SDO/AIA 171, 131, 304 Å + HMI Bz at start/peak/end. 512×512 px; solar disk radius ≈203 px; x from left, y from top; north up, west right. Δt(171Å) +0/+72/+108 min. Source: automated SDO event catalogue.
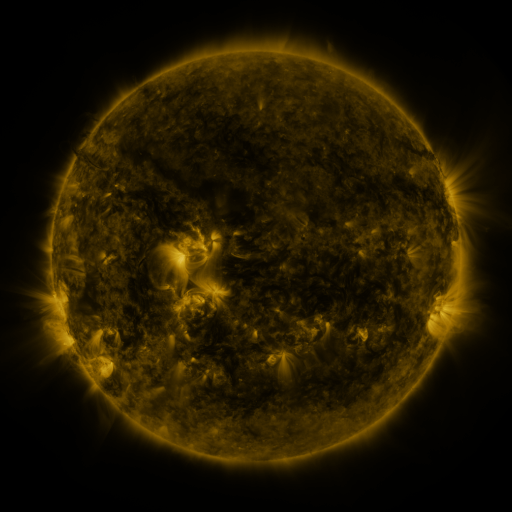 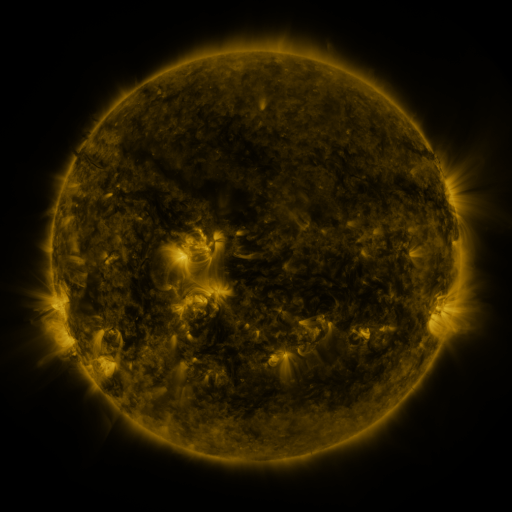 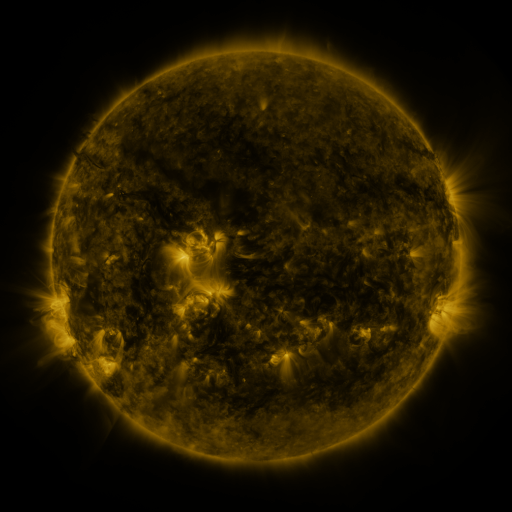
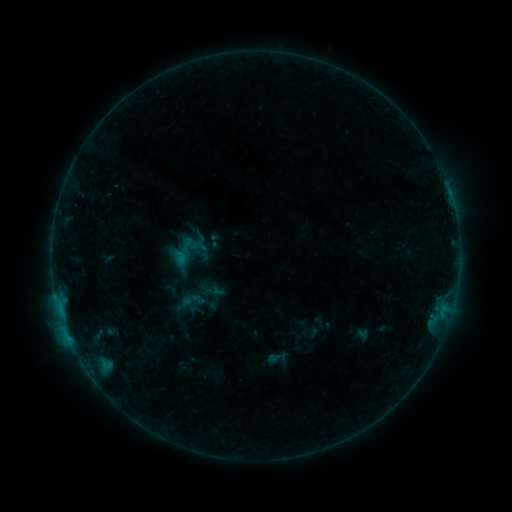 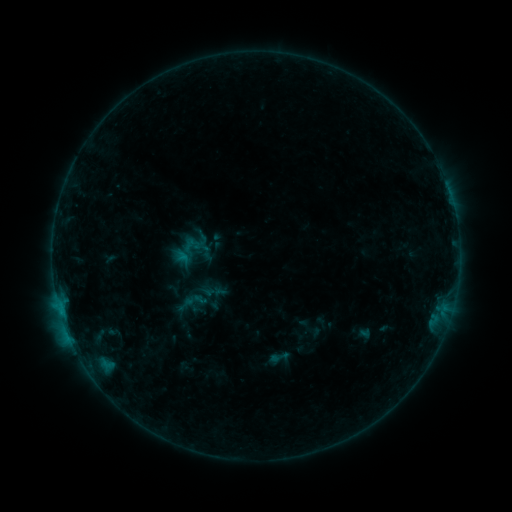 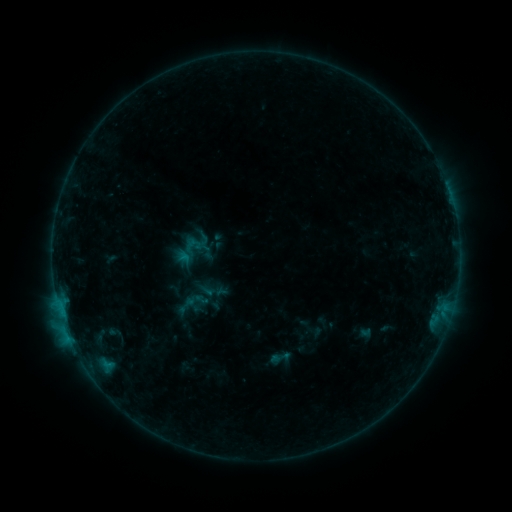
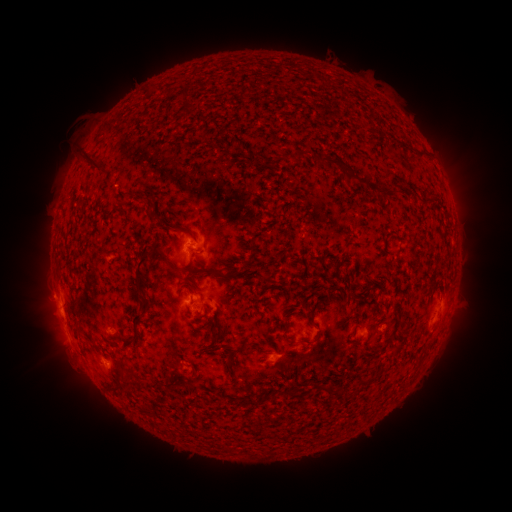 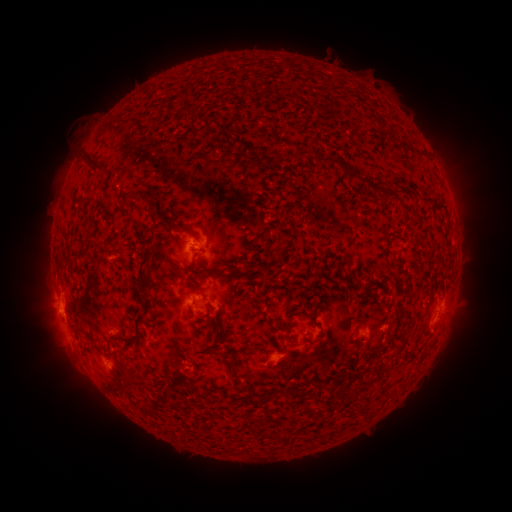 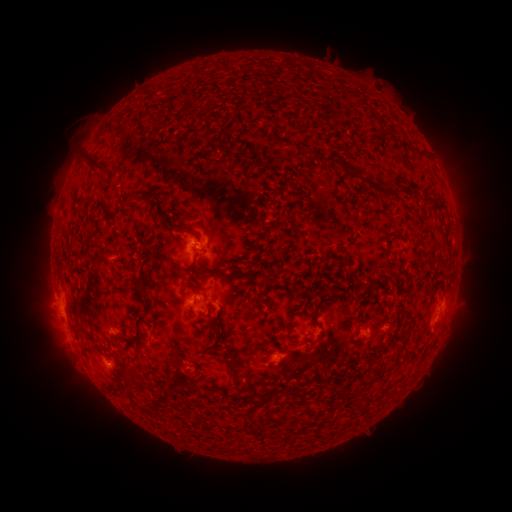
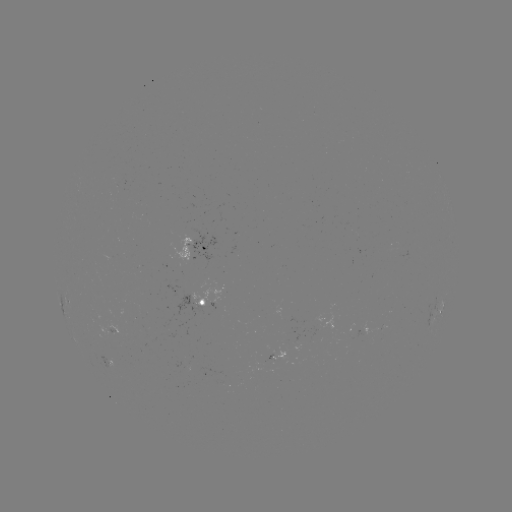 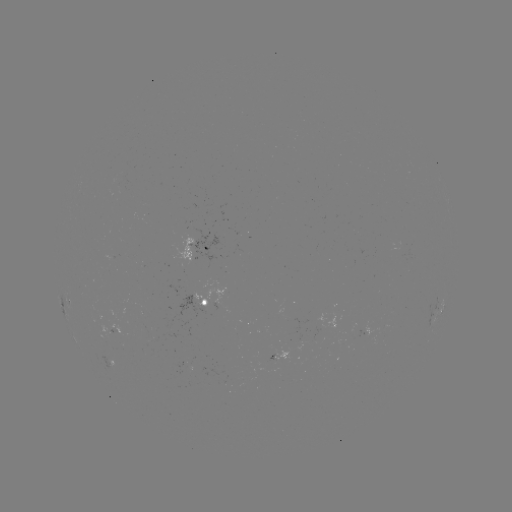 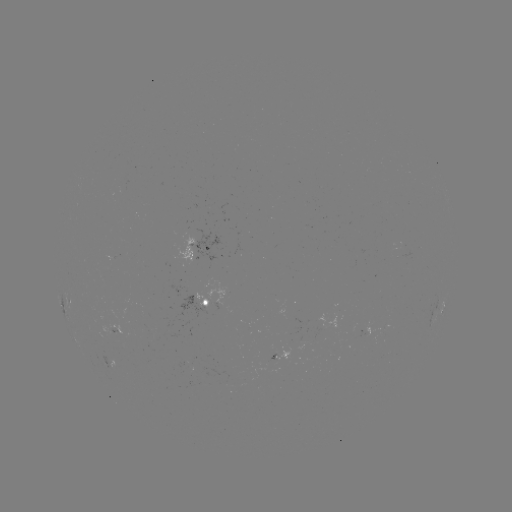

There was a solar emerging-flux region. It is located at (212, 301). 